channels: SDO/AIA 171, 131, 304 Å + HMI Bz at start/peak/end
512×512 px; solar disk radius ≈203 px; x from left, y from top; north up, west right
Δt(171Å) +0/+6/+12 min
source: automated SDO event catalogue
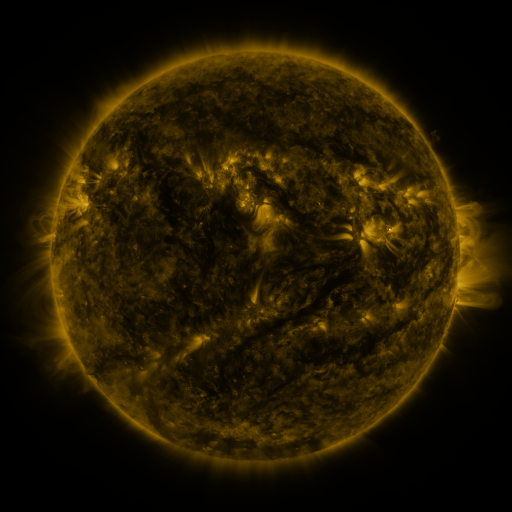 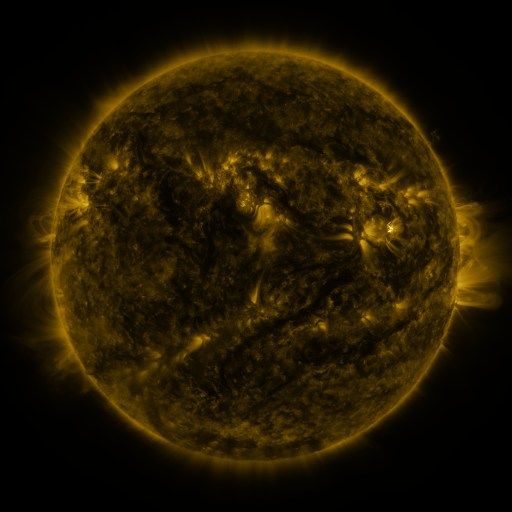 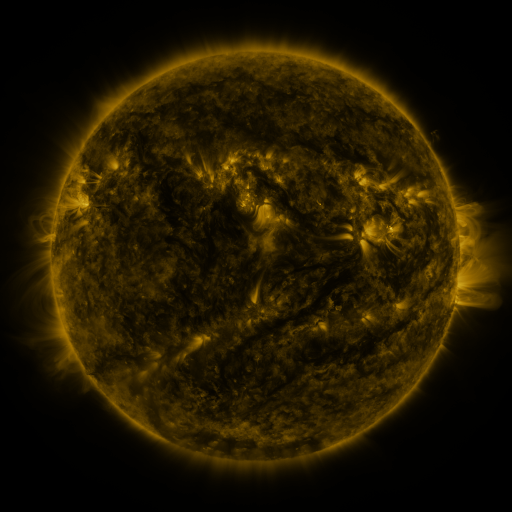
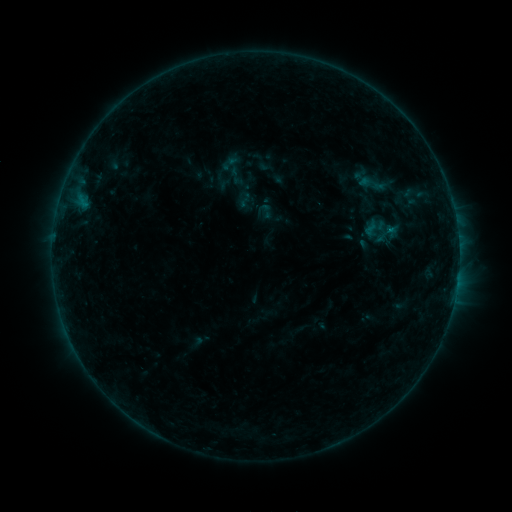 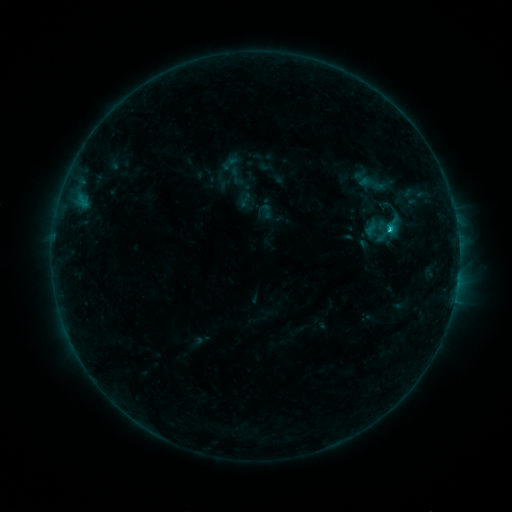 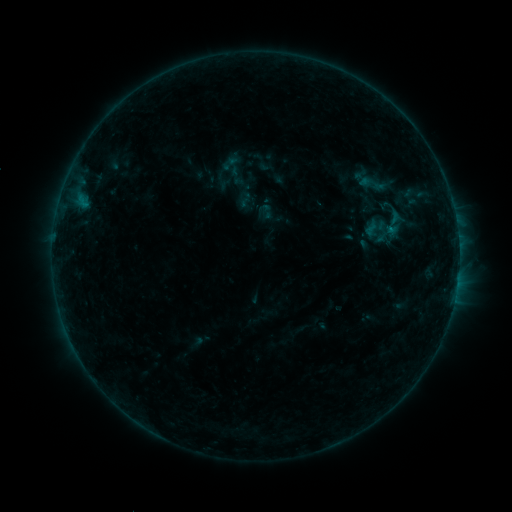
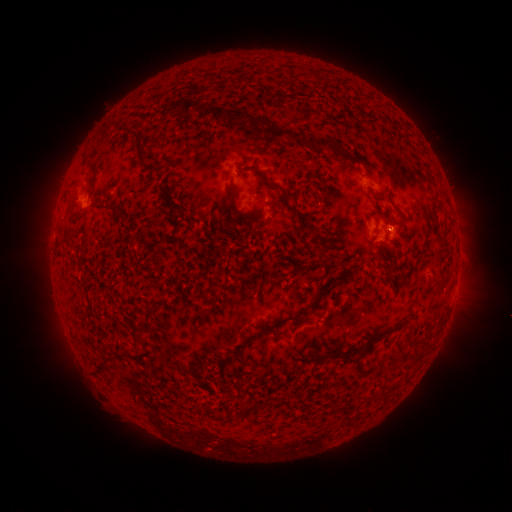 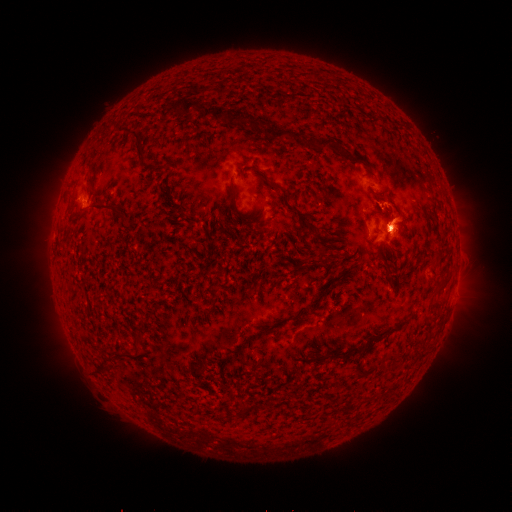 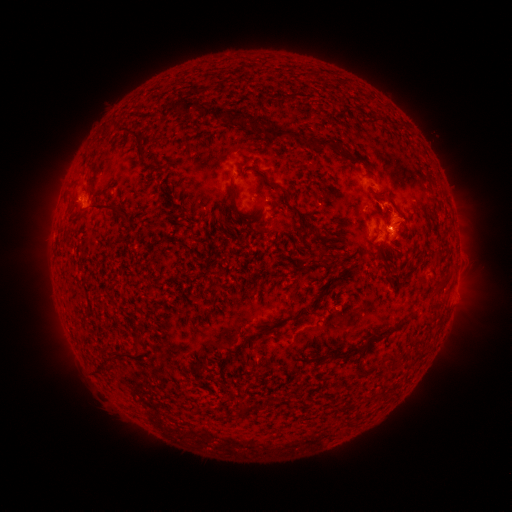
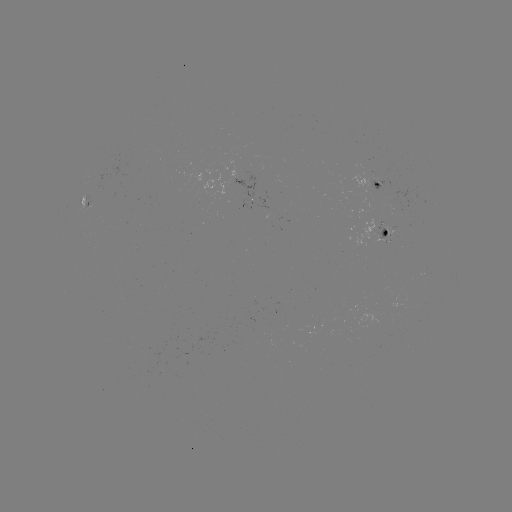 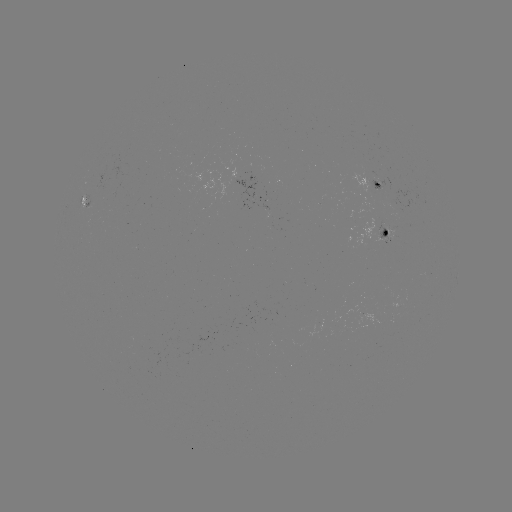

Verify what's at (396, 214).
eruption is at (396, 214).